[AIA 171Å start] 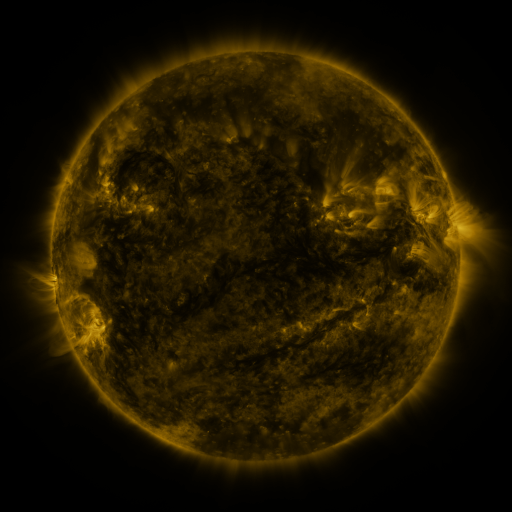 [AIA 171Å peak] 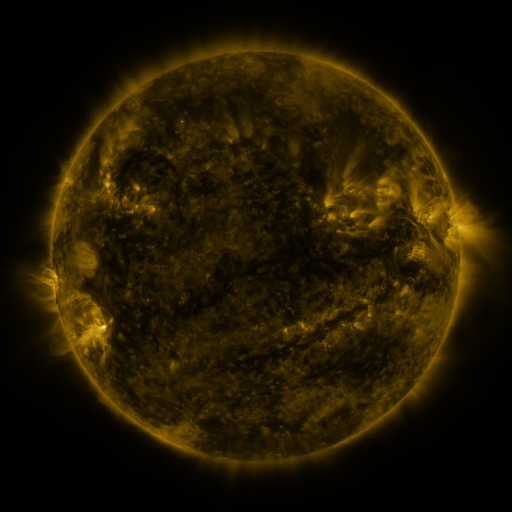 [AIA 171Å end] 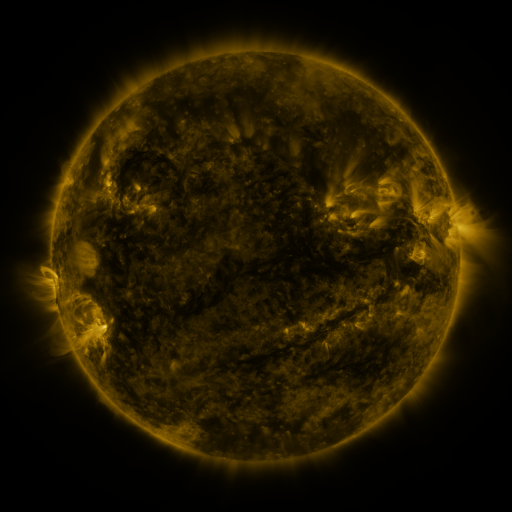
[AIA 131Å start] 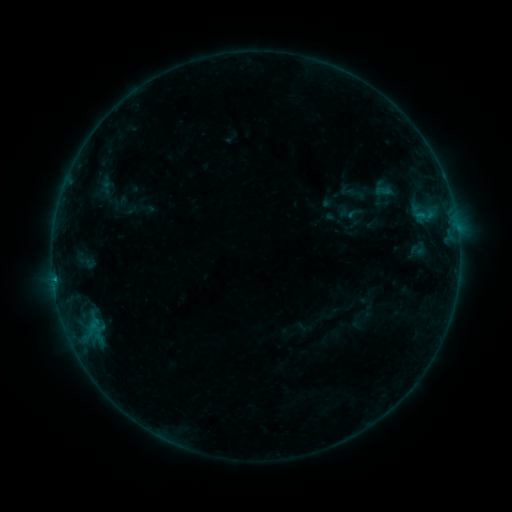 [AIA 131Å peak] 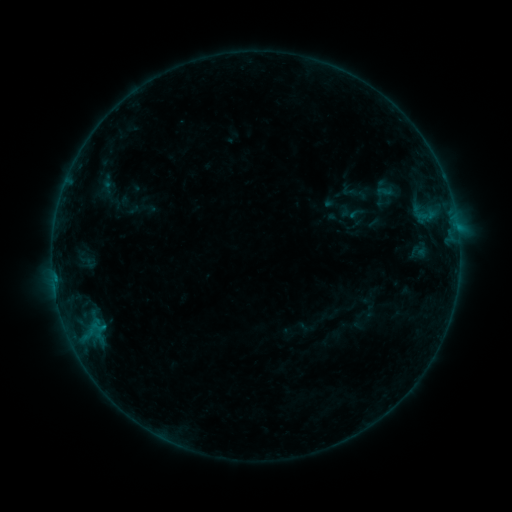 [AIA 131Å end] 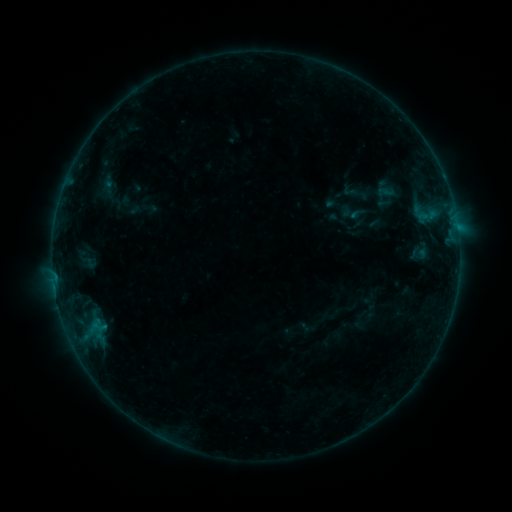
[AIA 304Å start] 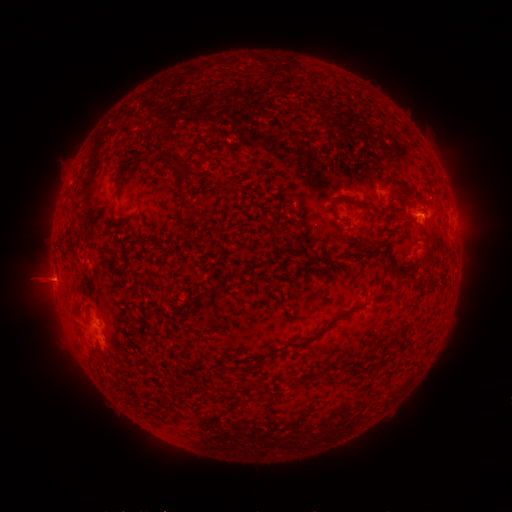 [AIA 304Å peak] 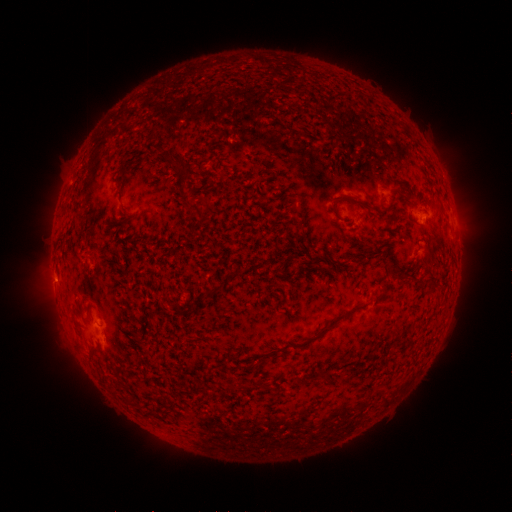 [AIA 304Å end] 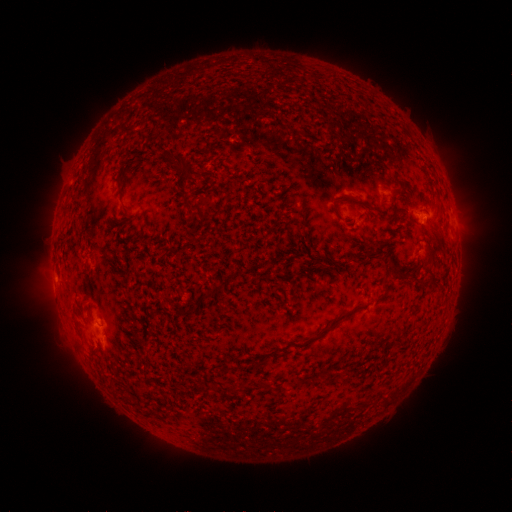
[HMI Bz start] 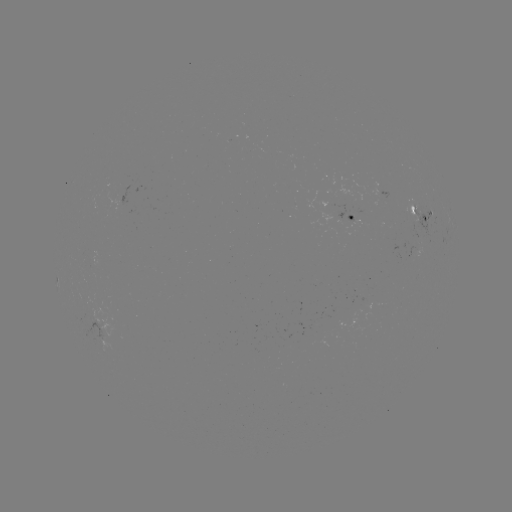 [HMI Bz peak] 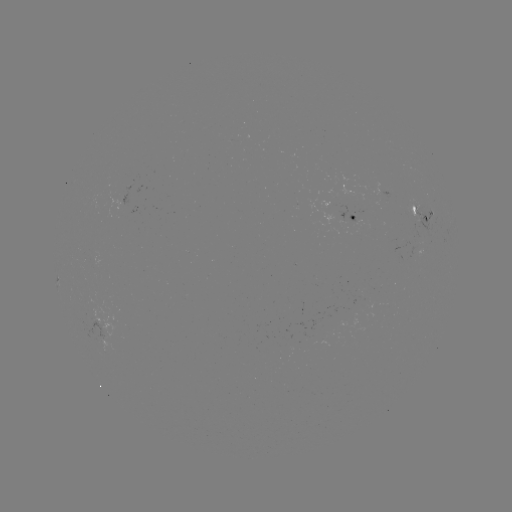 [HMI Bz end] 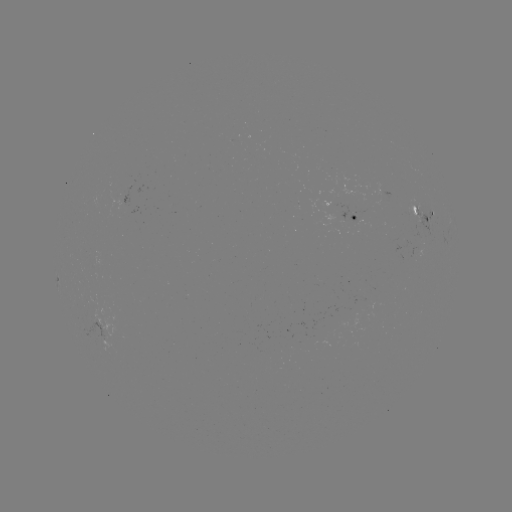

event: emerging-flux region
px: (404, 242)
